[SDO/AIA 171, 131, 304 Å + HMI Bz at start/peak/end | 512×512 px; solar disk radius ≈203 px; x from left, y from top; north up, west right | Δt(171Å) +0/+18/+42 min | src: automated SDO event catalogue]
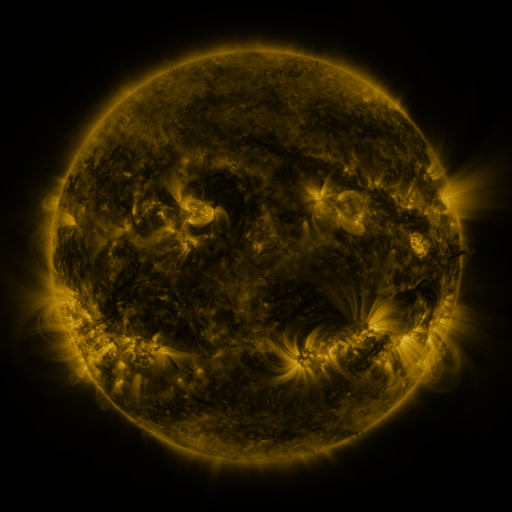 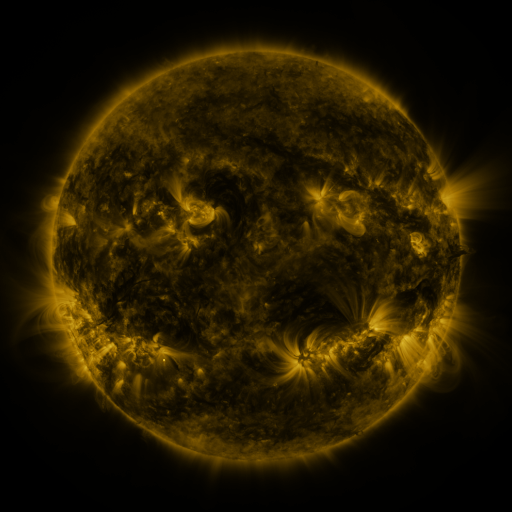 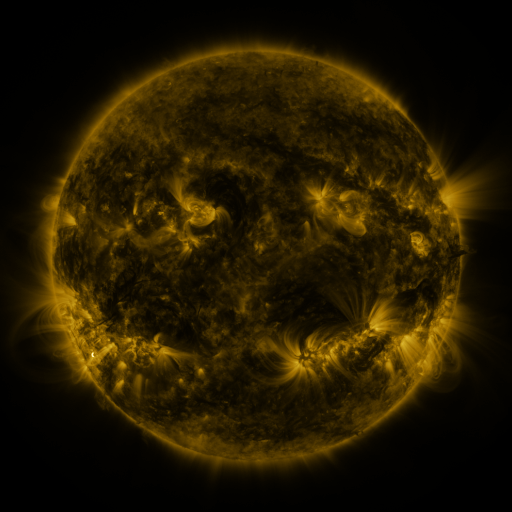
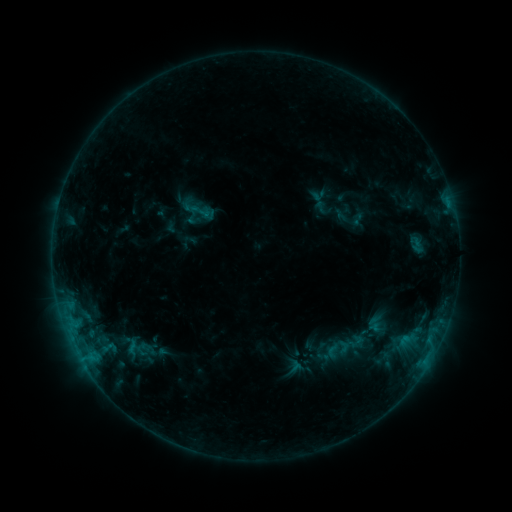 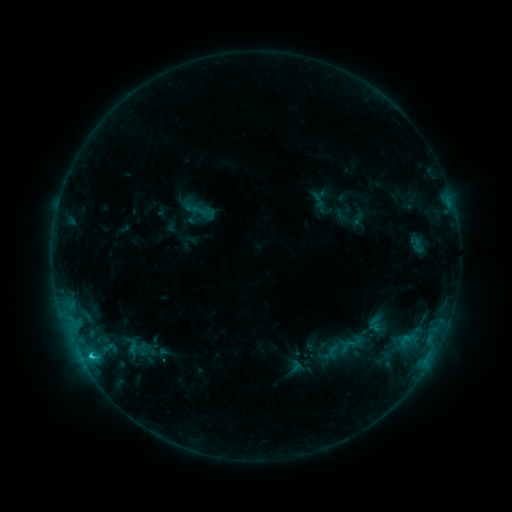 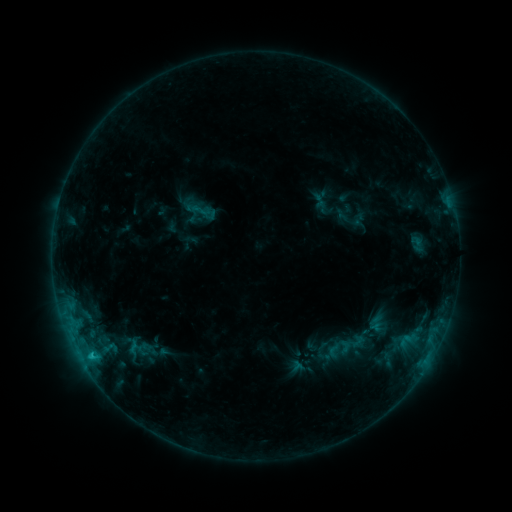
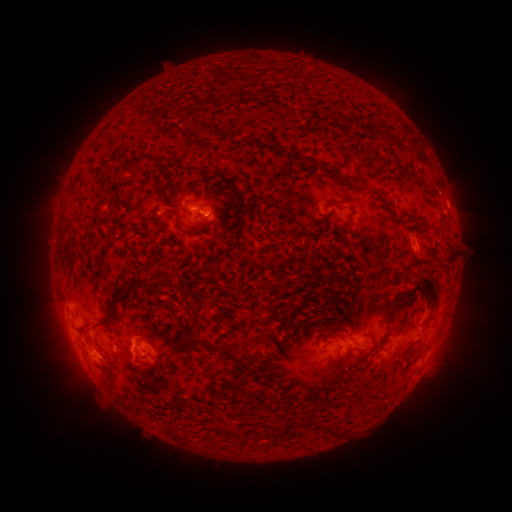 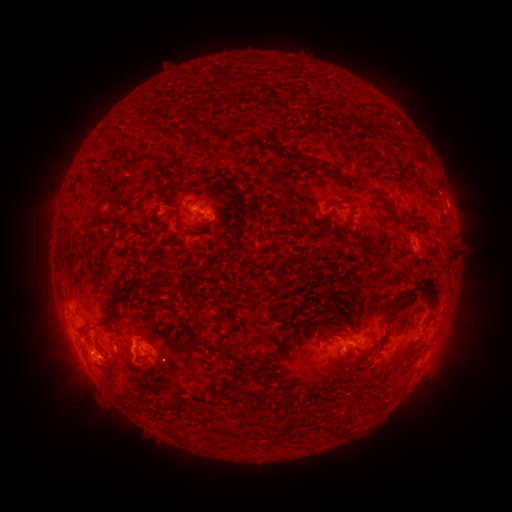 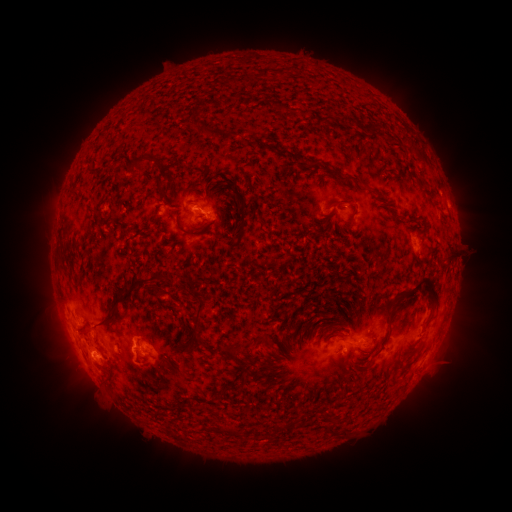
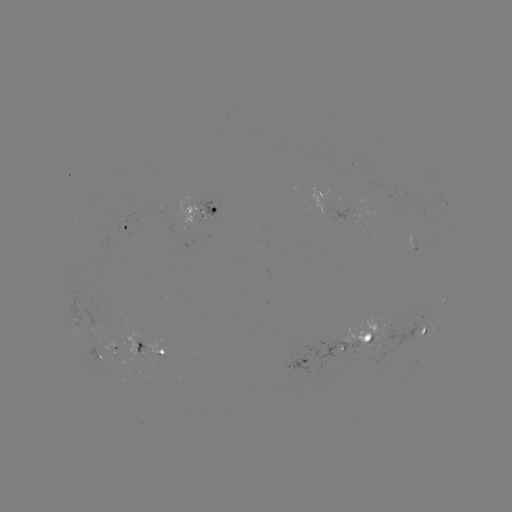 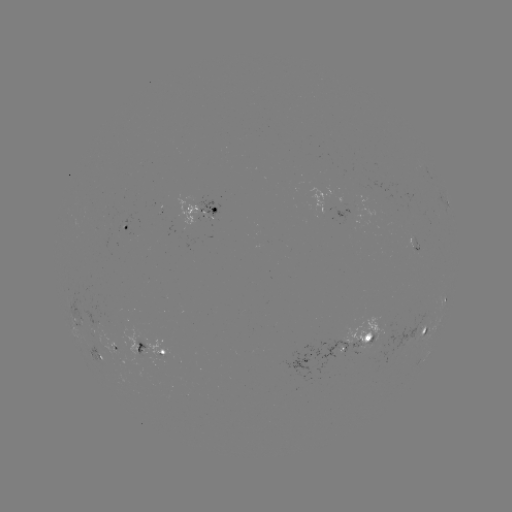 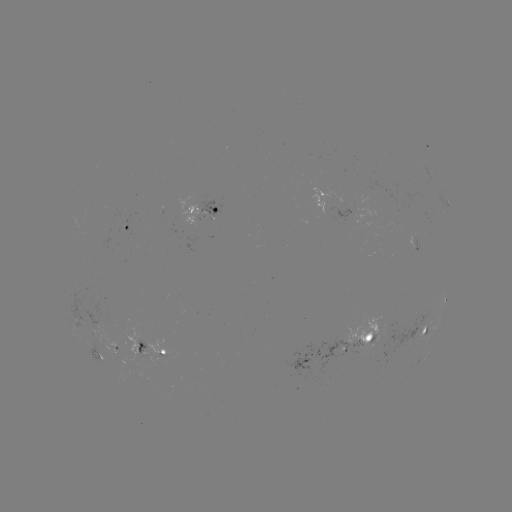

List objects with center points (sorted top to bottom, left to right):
C1.4 flare: (91, 355)
